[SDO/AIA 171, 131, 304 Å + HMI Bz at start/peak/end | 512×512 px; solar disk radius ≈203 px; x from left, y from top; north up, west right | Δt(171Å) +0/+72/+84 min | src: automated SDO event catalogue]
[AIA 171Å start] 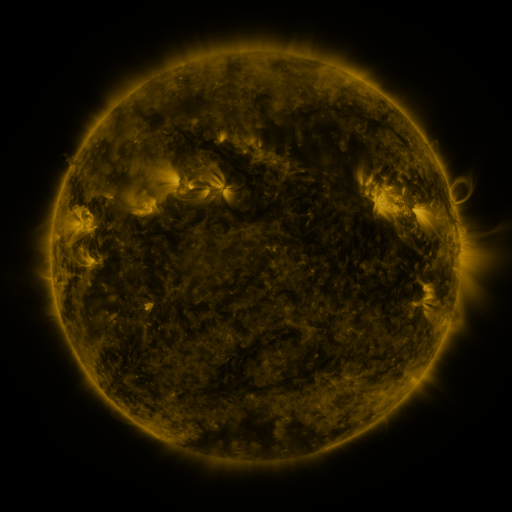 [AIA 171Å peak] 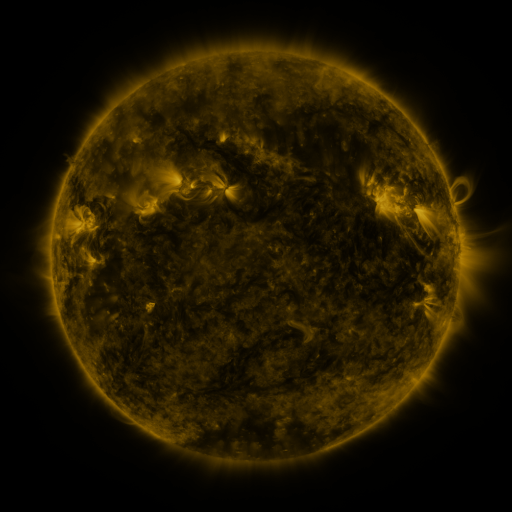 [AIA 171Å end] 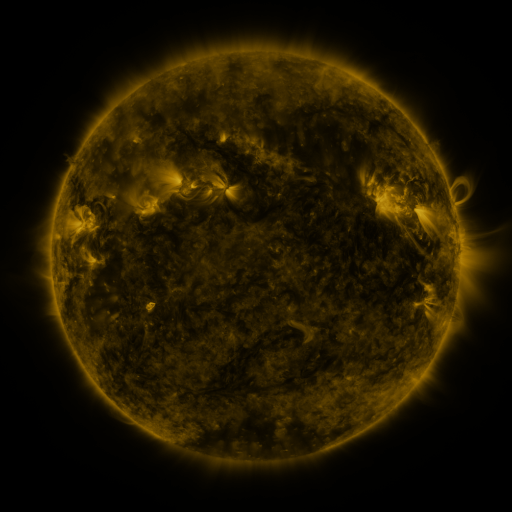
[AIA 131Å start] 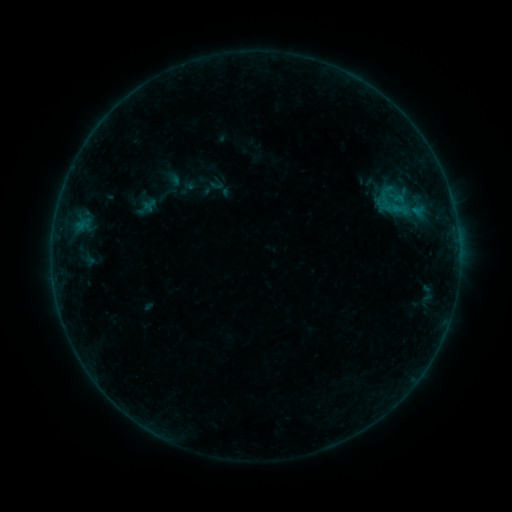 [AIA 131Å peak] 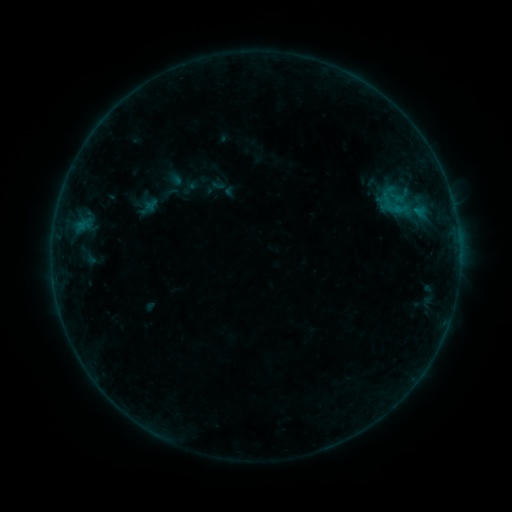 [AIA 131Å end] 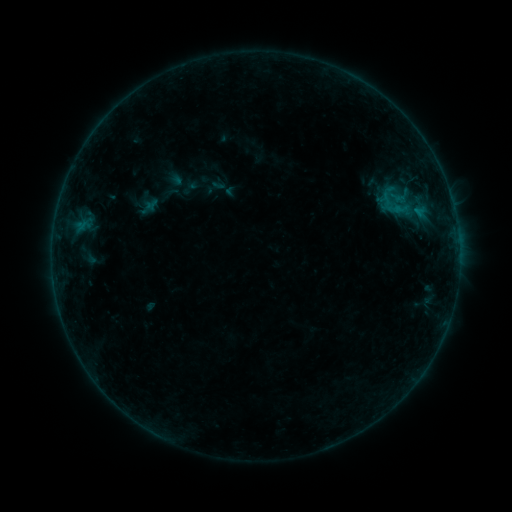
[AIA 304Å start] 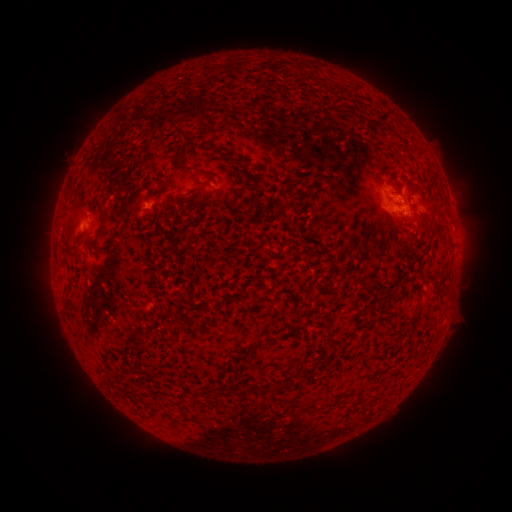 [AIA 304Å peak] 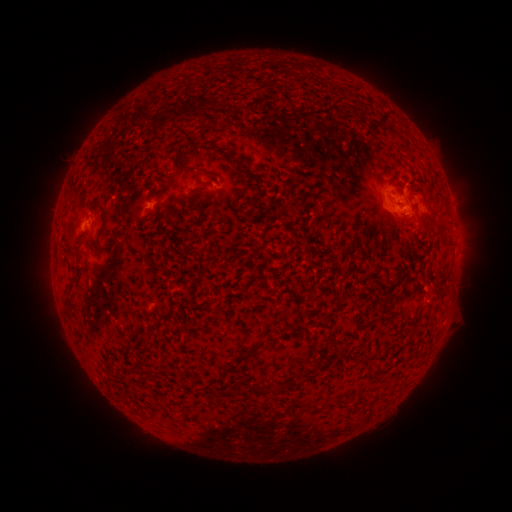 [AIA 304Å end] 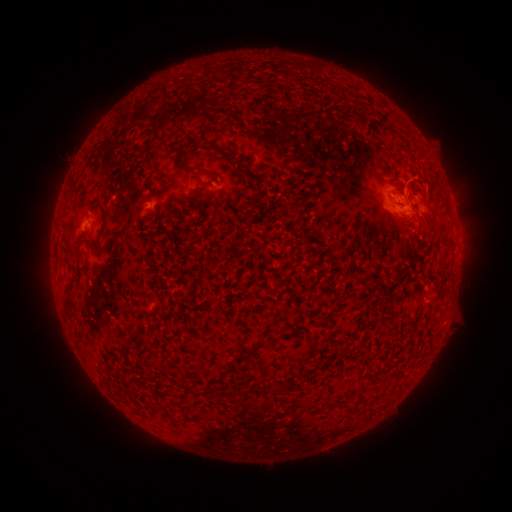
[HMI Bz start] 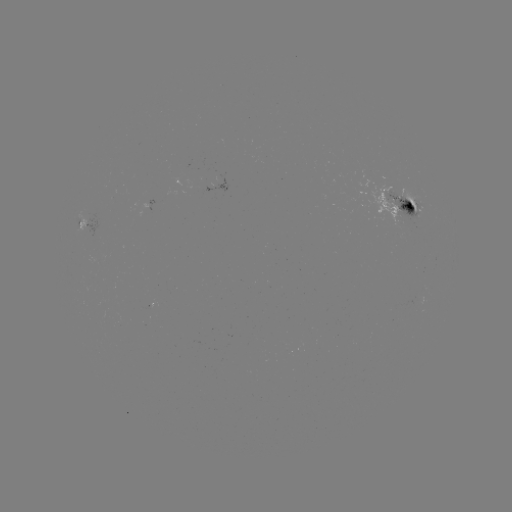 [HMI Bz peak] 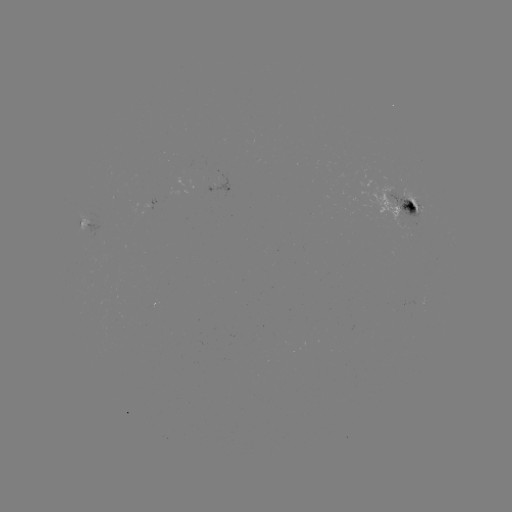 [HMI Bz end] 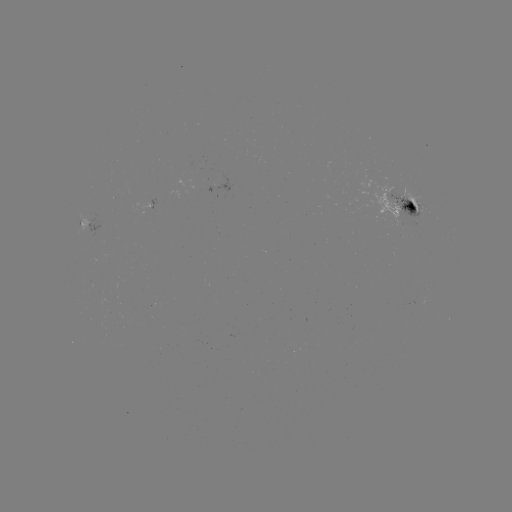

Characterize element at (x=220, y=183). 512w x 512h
emerging-flux region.